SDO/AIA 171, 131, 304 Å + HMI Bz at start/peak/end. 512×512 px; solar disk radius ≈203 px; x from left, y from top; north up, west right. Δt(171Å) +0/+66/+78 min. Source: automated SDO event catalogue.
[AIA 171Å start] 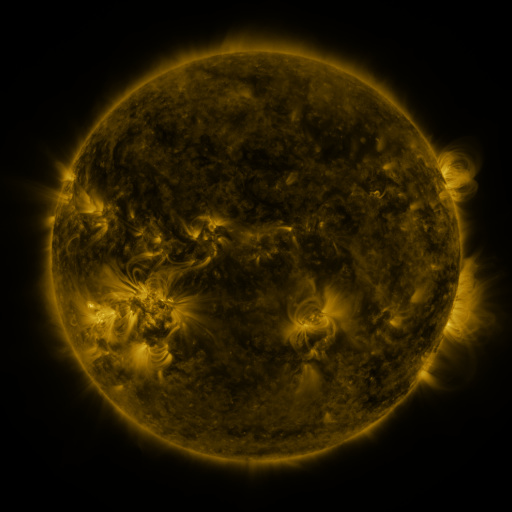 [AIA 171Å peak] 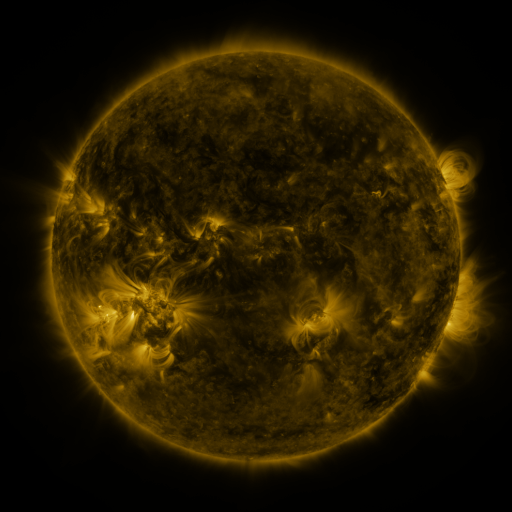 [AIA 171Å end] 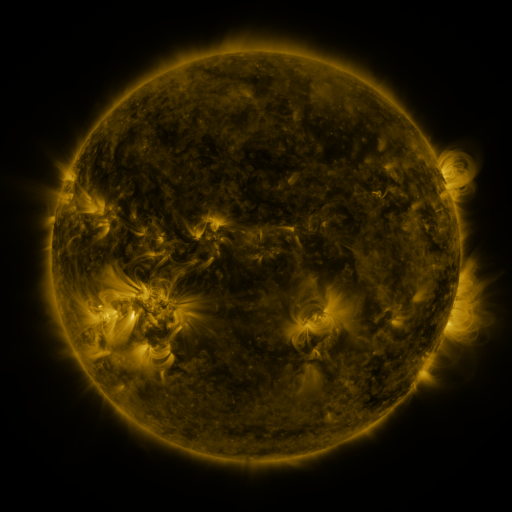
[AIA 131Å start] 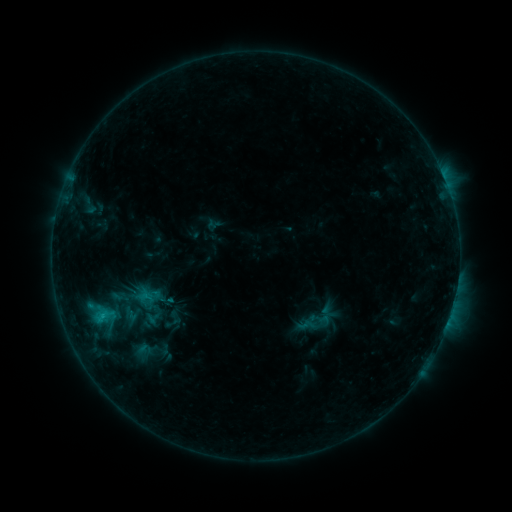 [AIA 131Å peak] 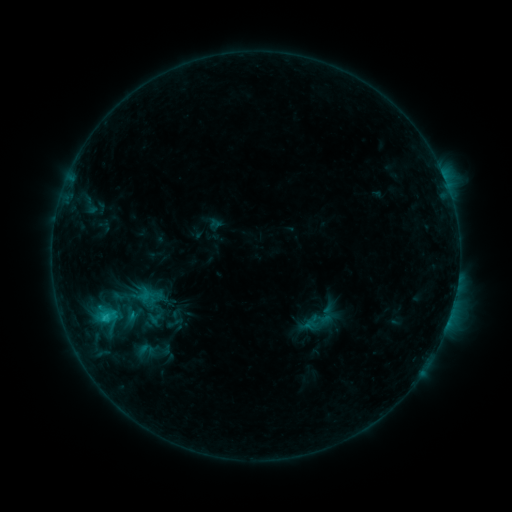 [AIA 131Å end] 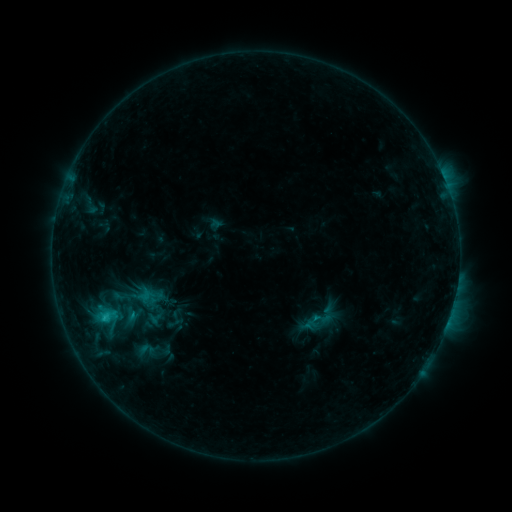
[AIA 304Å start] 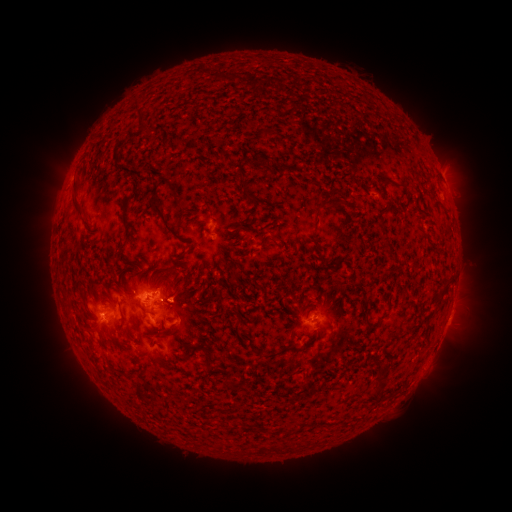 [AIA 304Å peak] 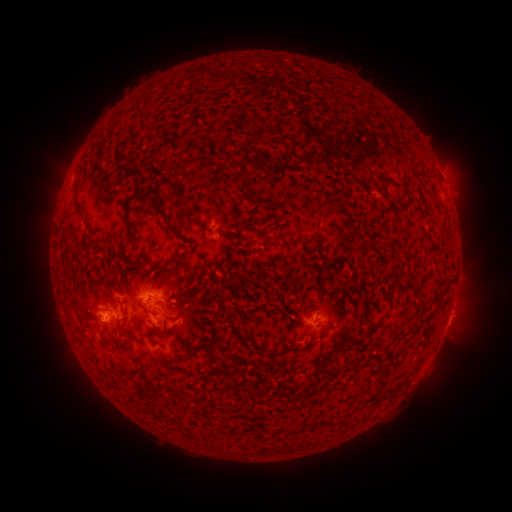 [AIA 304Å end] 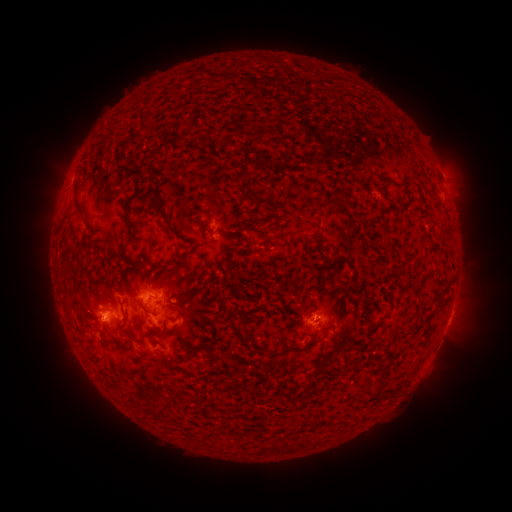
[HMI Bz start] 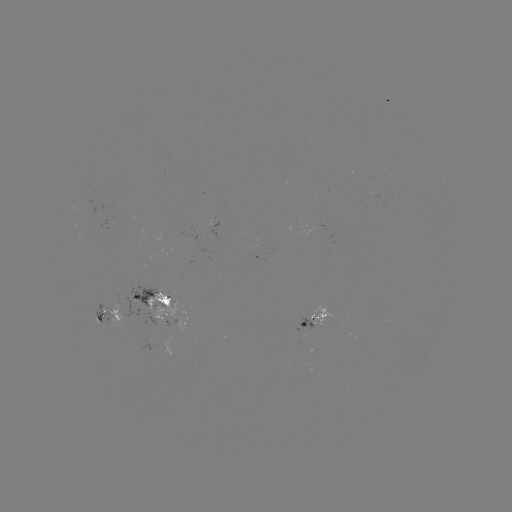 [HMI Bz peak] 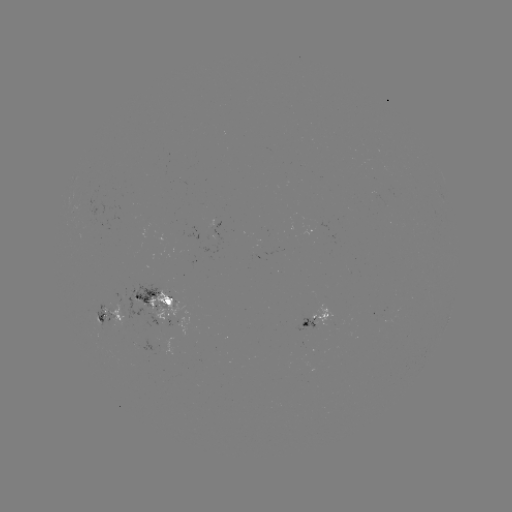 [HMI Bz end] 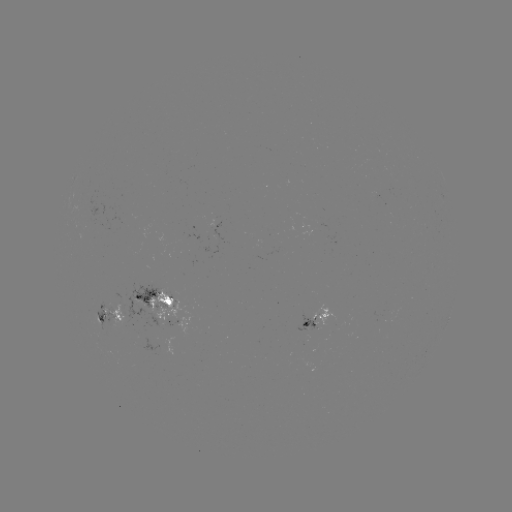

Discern emerging-flux region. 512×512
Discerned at (307, 325).